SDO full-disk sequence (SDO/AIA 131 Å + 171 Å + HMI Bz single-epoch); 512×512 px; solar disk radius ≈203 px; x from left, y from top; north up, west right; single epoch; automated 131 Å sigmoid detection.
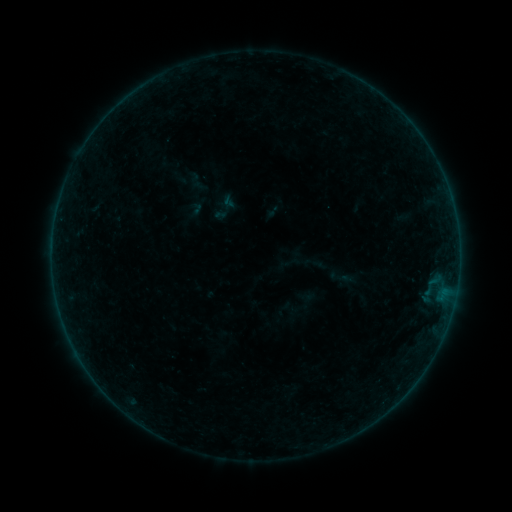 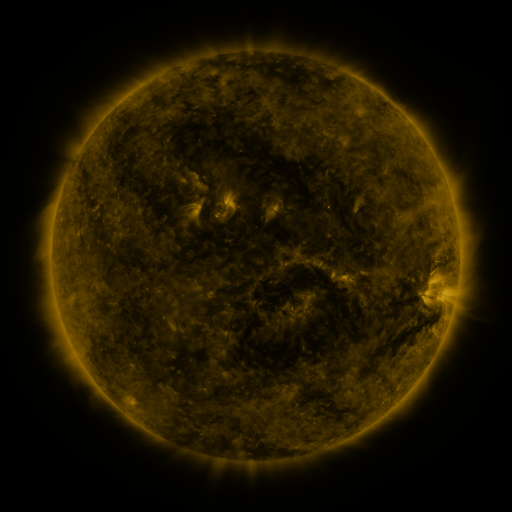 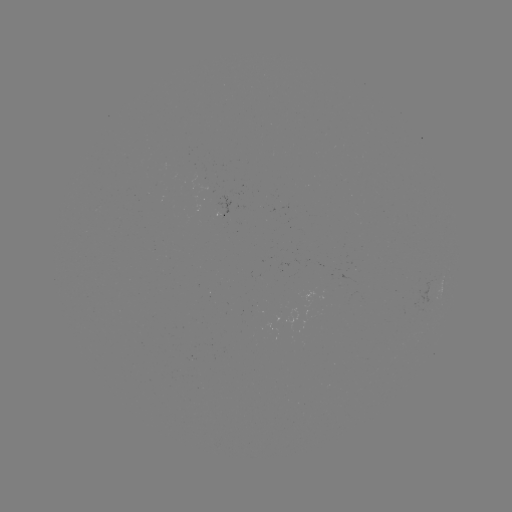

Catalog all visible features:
sigmoid: [184, 200, 204, 220]
